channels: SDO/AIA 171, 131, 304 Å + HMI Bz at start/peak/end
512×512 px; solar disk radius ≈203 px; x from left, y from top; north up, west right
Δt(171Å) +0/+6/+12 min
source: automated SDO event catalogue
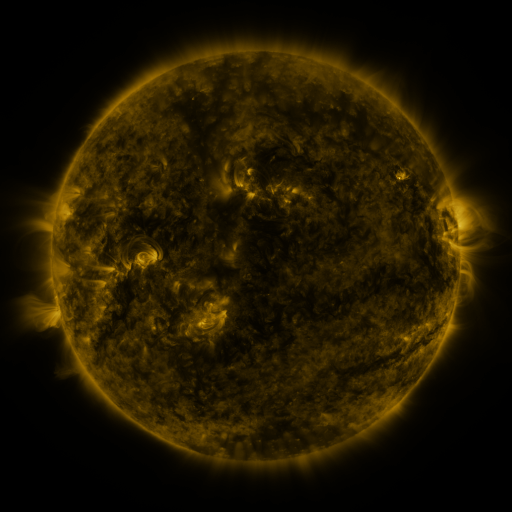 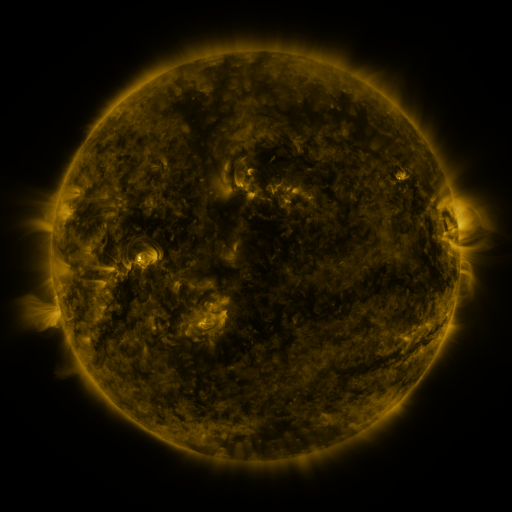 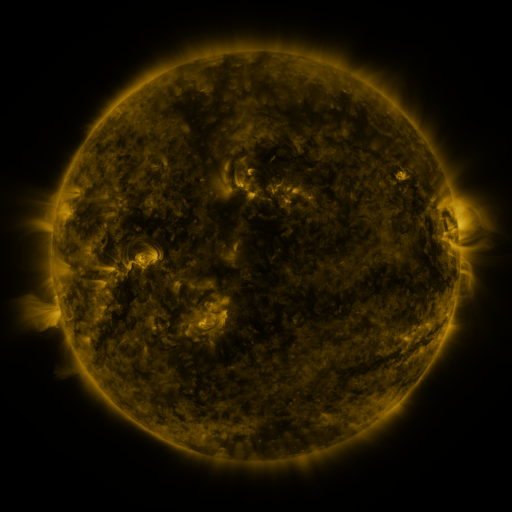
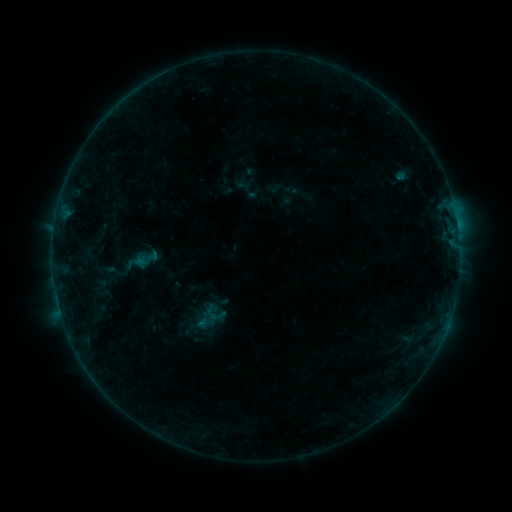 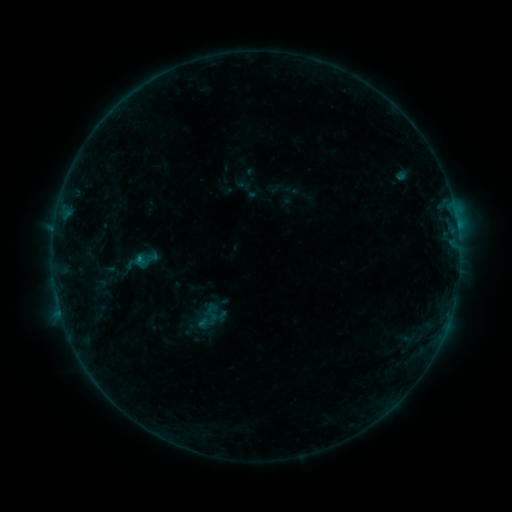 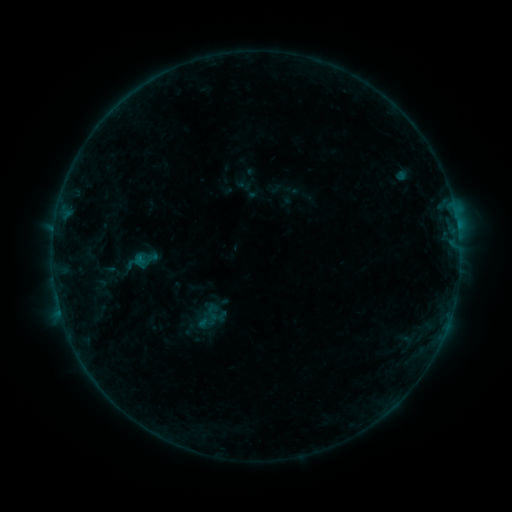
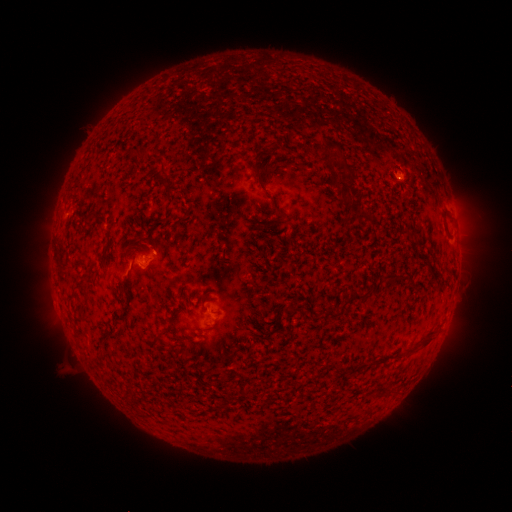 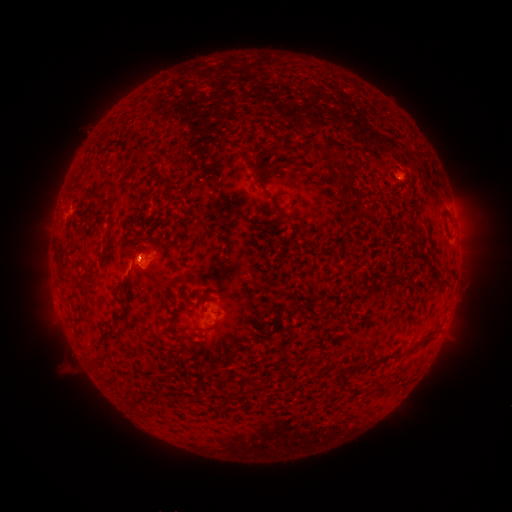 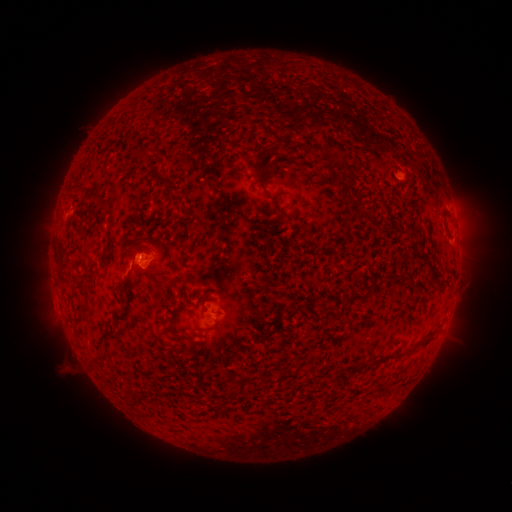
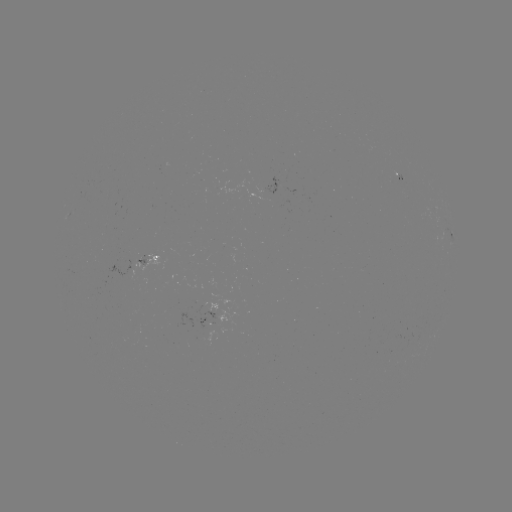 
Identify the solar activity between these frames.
B2.8 flare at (139, 256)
